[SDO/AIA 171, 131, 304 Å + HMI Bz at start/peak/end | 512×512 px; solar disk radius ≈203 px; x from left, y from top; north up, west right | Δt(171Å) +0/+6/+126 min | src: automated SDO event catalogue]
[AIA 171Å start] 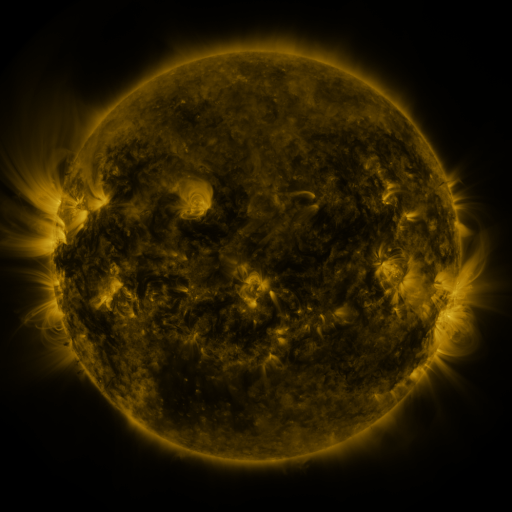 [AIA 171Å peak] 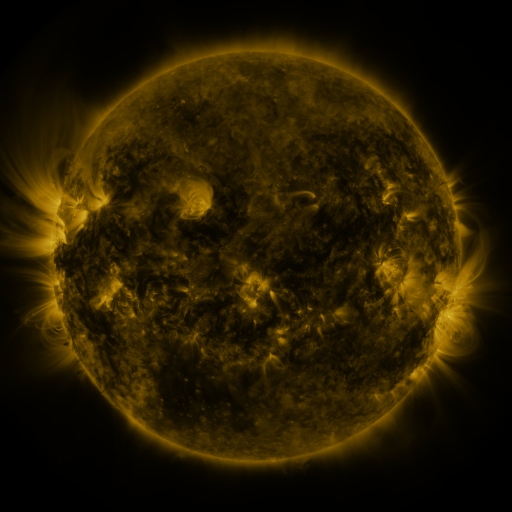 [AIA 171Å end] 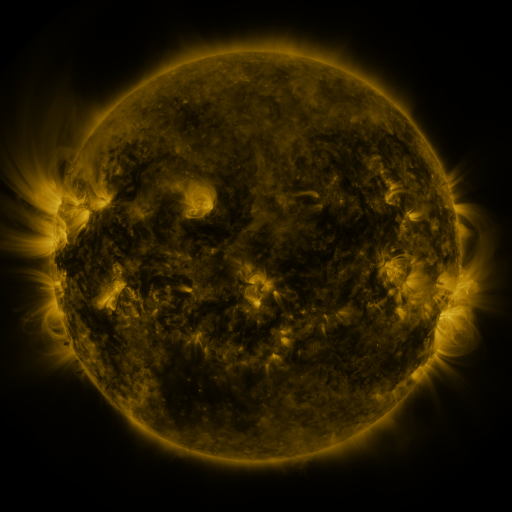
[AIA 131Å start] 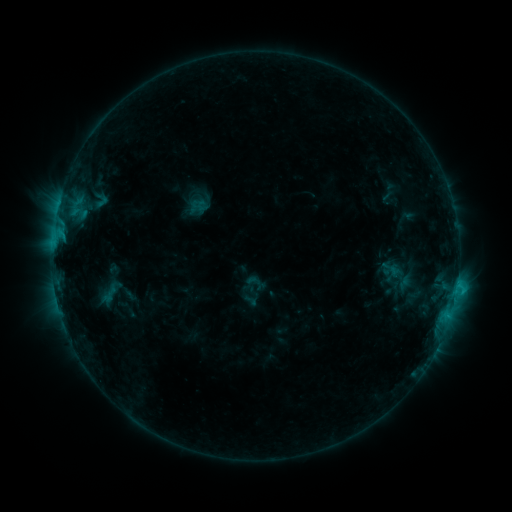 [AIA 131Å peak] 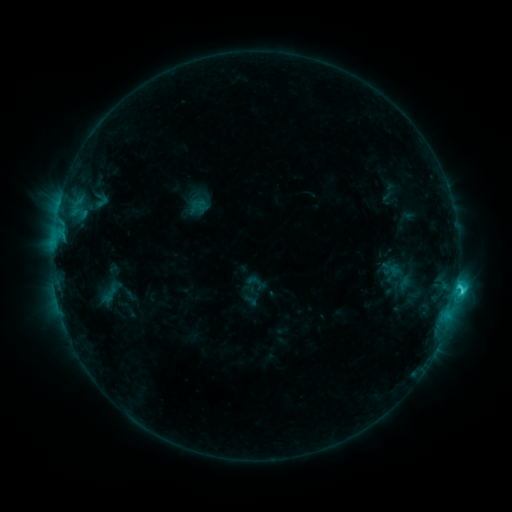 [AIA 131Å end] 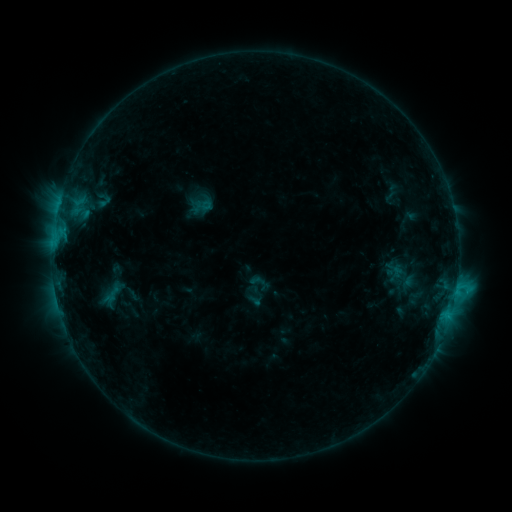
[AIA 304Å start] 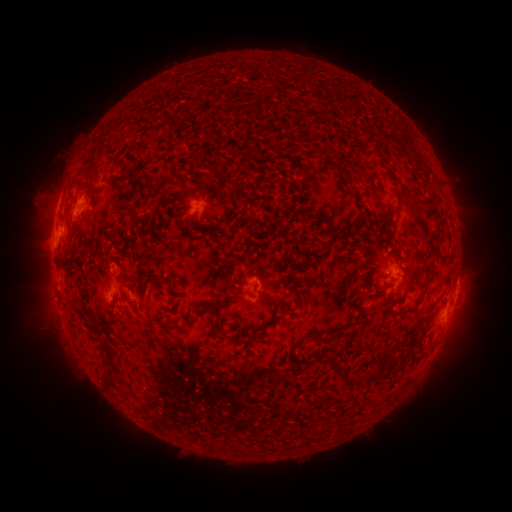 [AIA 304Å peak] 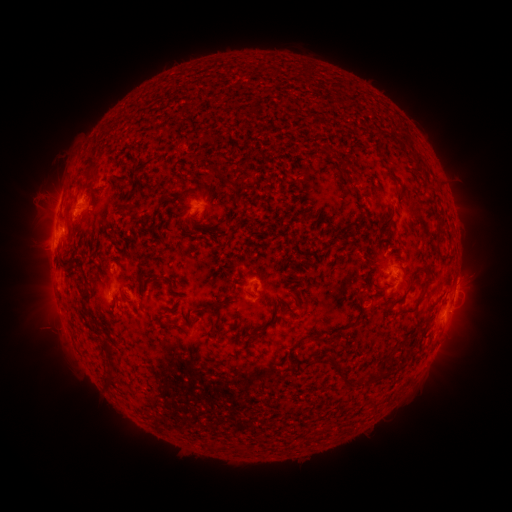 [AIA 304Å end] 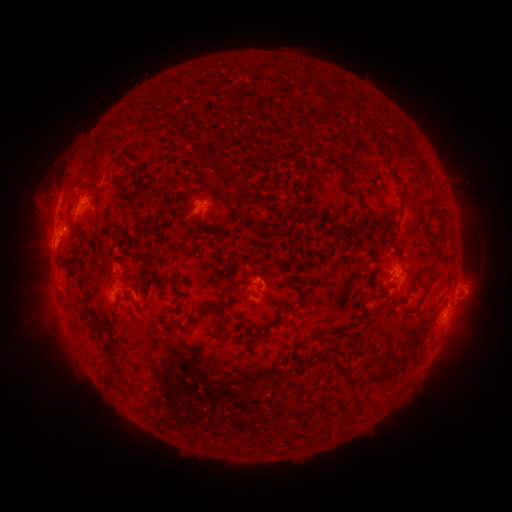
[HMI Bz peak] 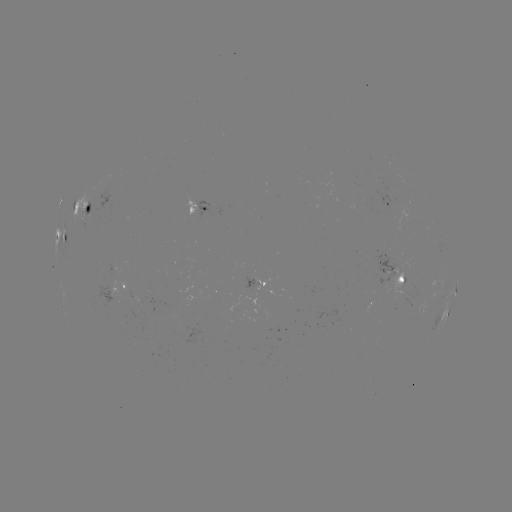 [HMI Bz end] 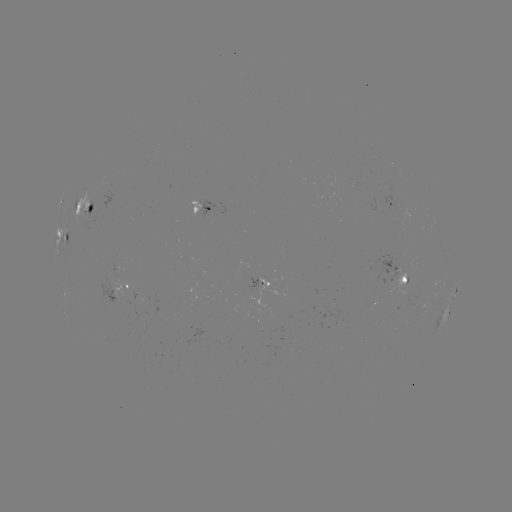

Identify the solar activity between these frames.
C4.7 flare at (456, 287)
